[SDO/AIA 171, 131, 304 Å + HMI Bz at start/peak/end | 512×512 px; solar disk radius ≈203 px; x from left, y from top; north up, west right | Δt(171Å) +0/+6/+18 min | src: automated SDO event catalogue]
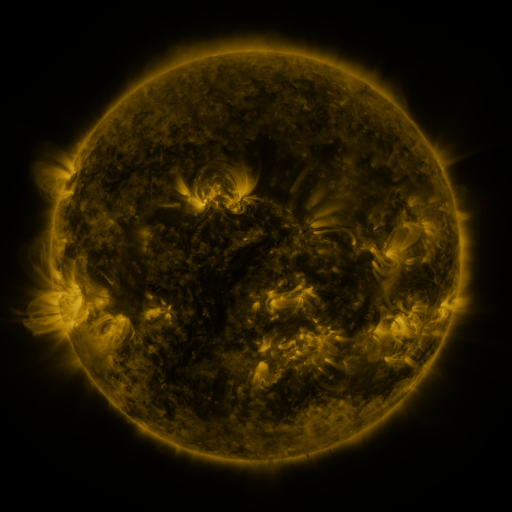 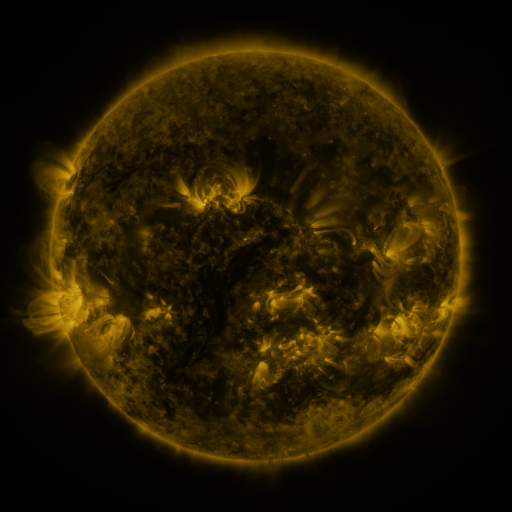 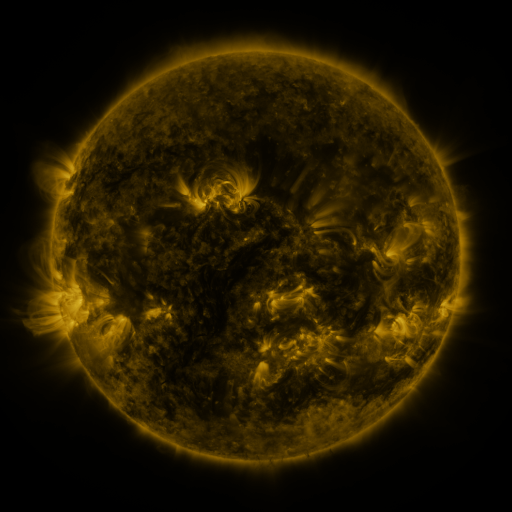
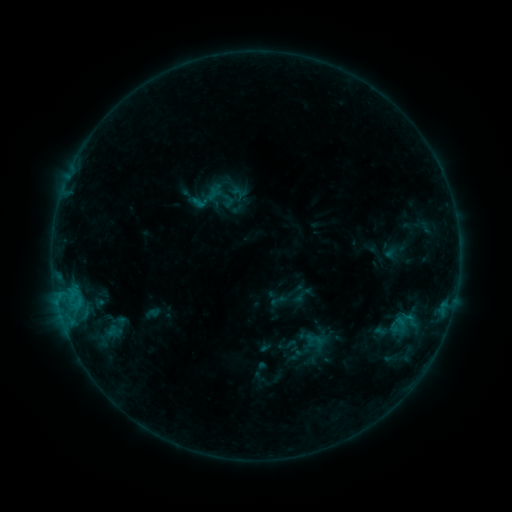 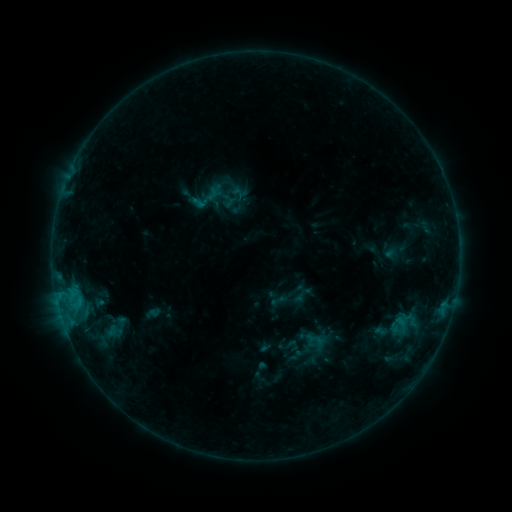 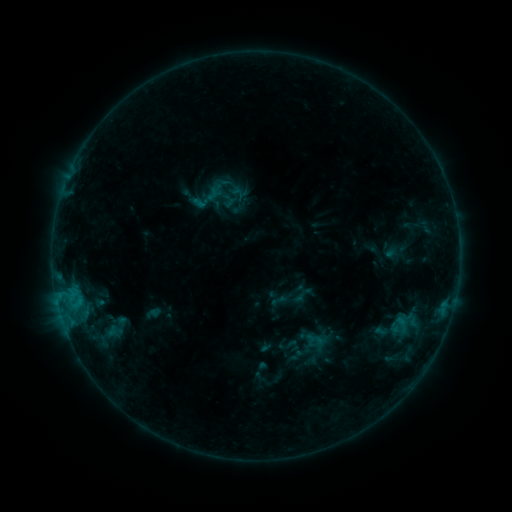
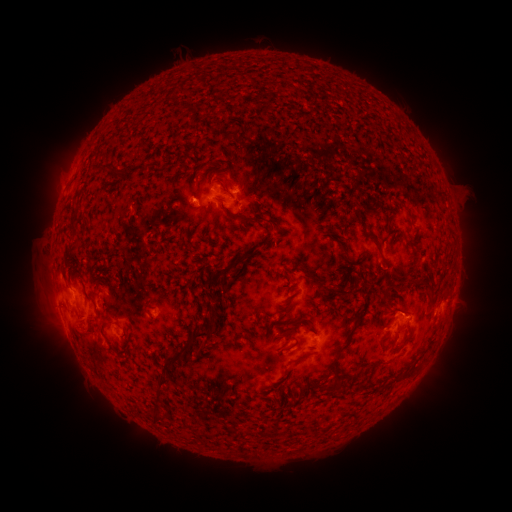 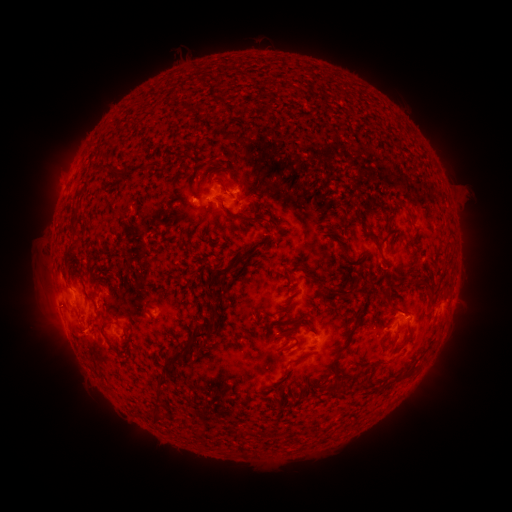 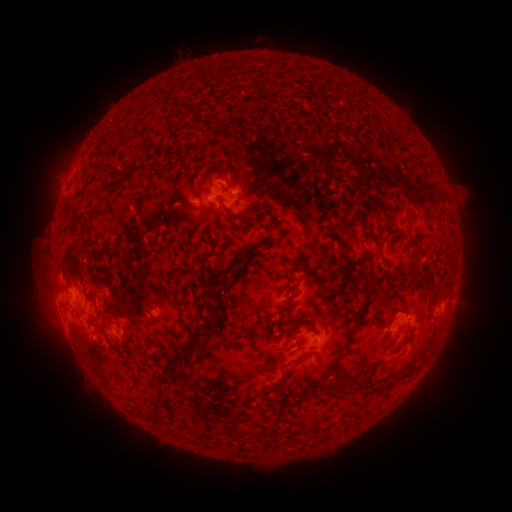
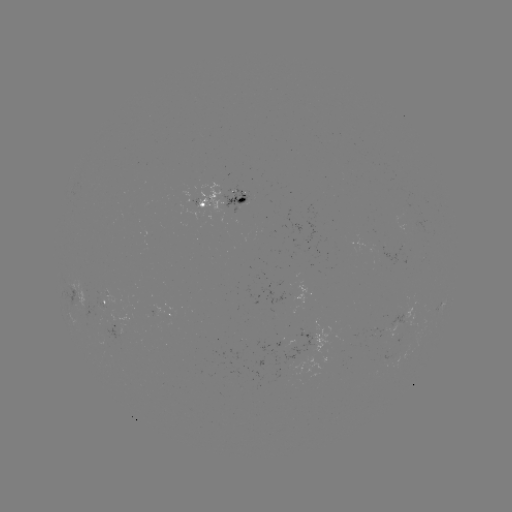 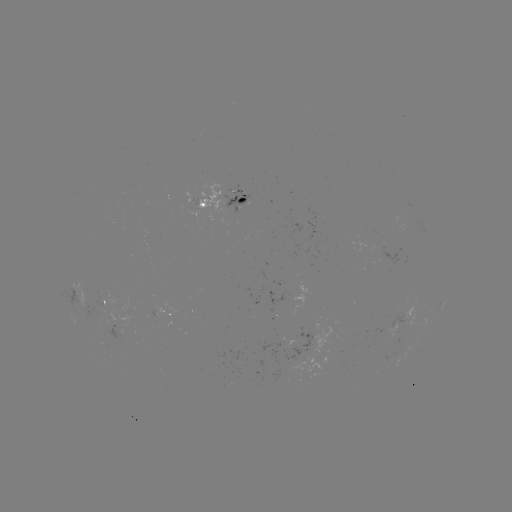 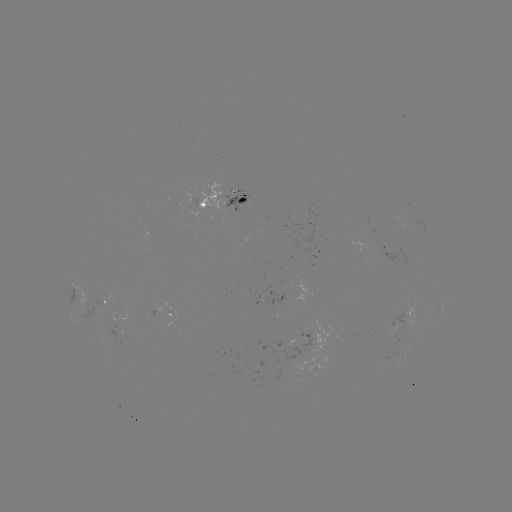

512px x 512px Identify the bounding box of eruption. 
[54, 312, 111, 367].